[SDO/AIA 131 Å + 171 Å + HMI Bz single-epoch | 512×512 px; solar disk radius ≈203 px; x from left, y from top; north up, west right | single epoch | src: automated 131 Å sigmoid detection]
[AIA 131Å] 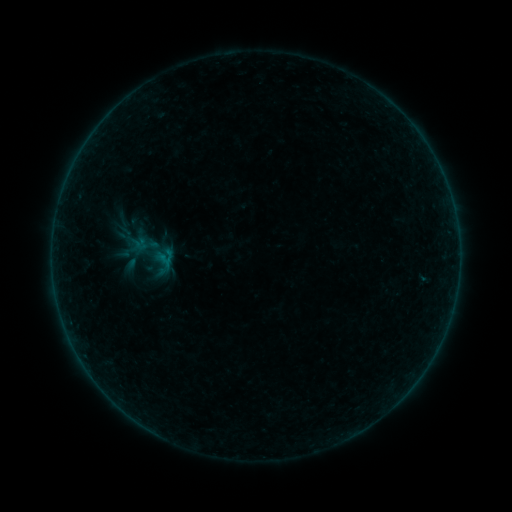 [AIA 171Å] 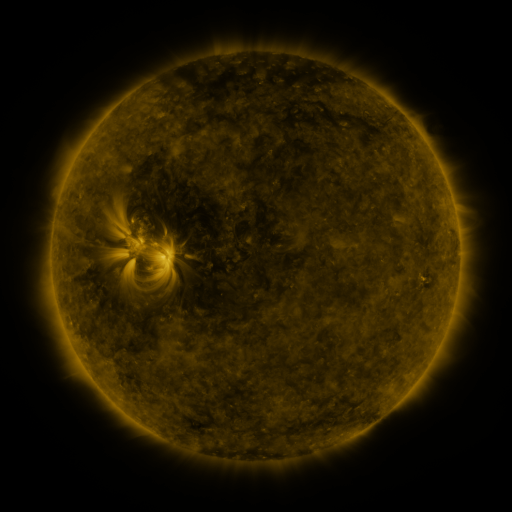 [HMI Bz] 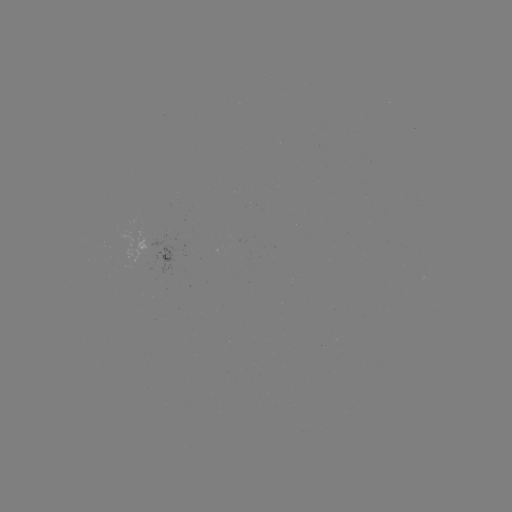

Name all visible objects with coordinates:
sigmoid: [117, 218, 183, 290]
